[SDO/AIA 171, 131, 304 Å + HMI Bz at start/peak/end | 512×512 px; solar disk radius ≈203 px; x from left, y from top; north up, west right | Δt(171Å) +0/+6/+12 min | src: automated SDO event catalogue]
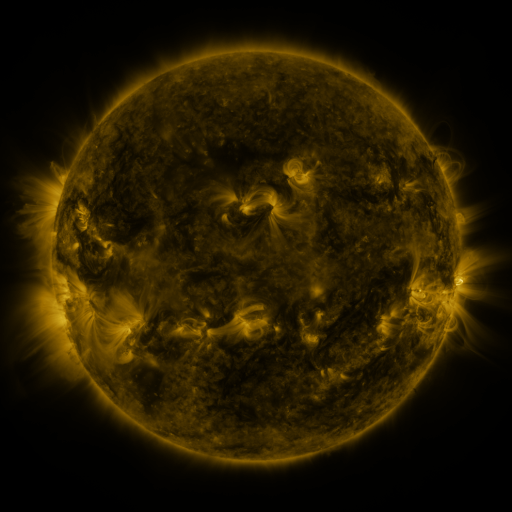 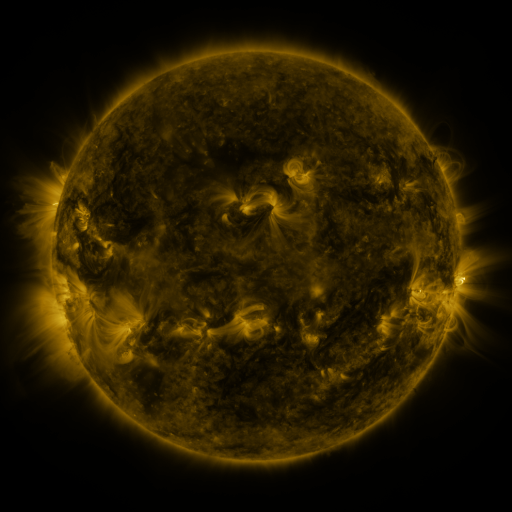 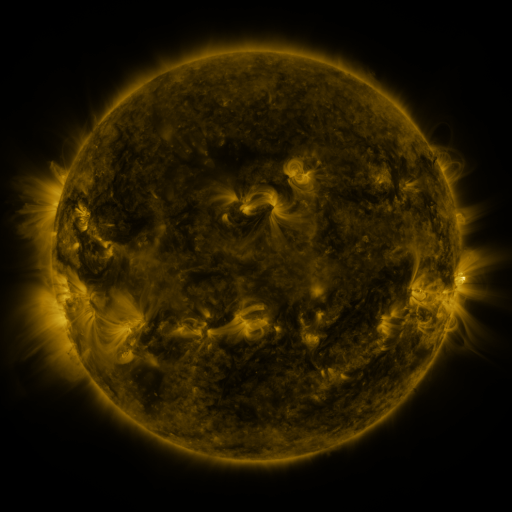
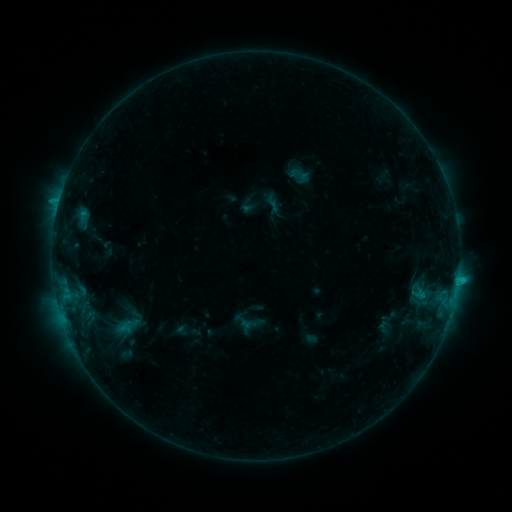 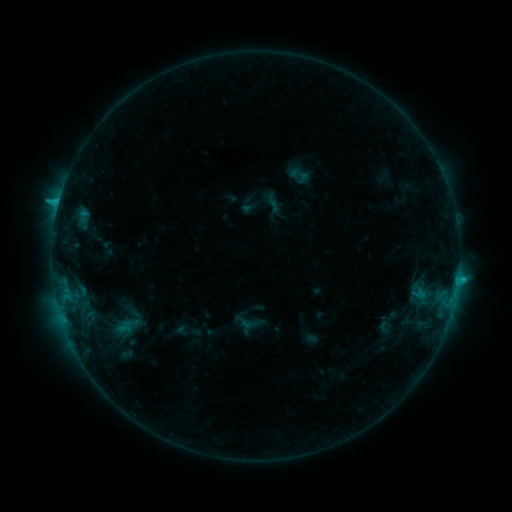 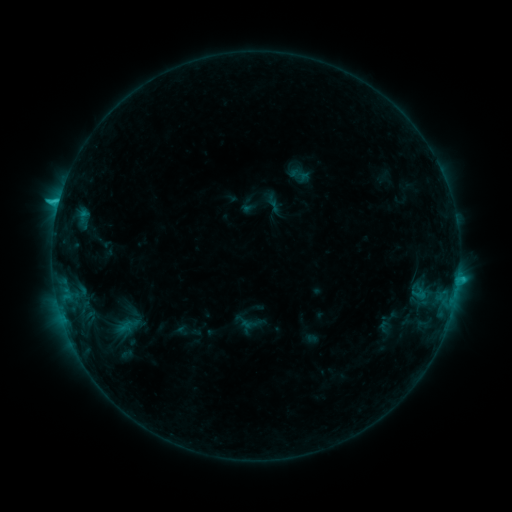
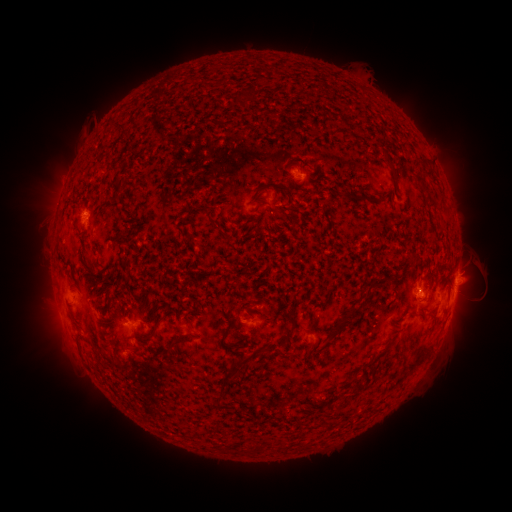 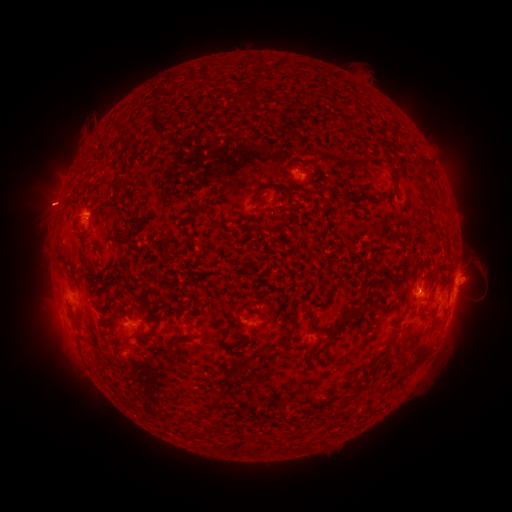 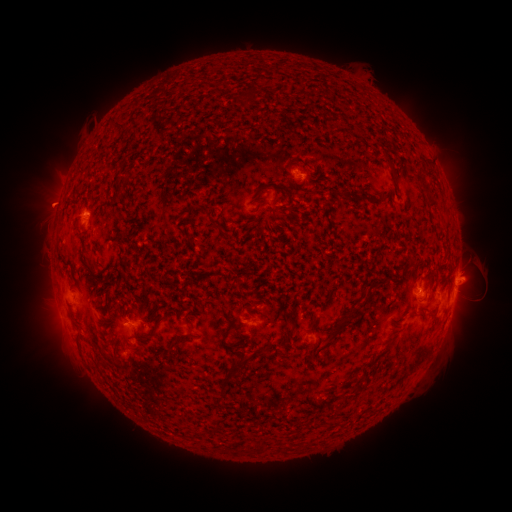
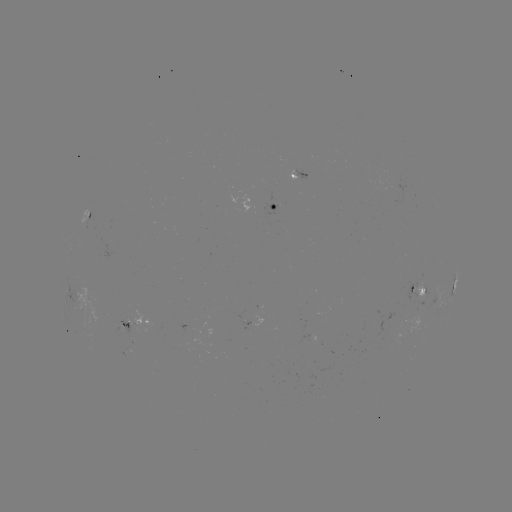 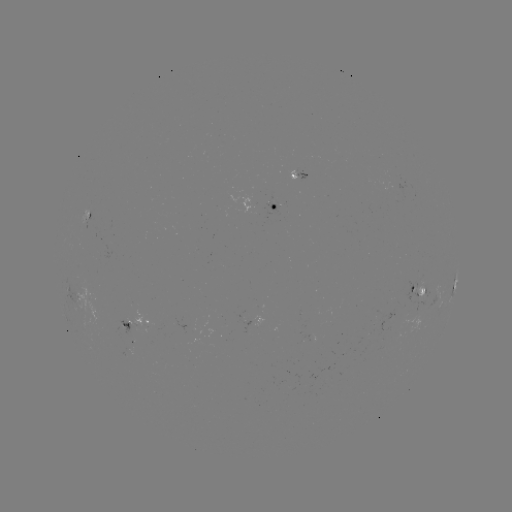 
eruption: <bbox>15, 174, 78, 234</bbox>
